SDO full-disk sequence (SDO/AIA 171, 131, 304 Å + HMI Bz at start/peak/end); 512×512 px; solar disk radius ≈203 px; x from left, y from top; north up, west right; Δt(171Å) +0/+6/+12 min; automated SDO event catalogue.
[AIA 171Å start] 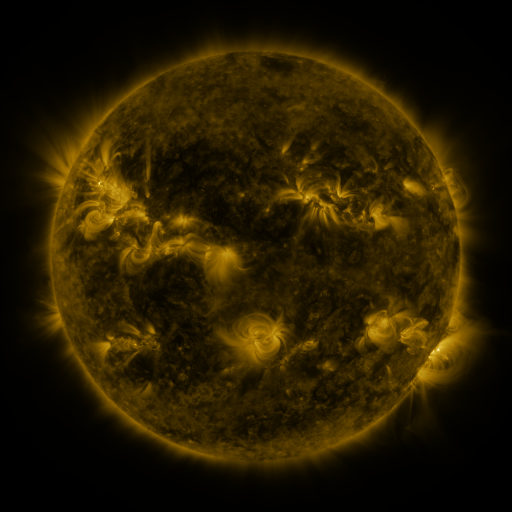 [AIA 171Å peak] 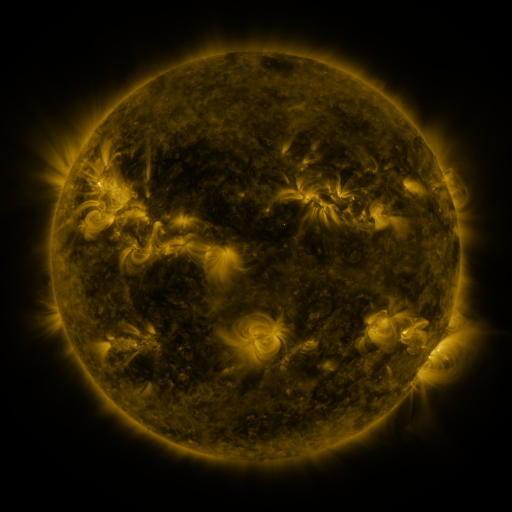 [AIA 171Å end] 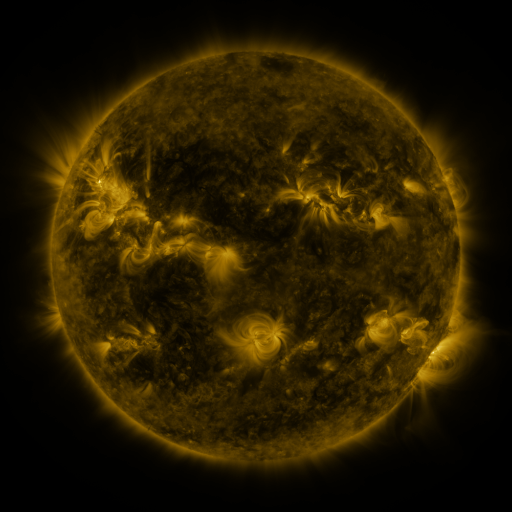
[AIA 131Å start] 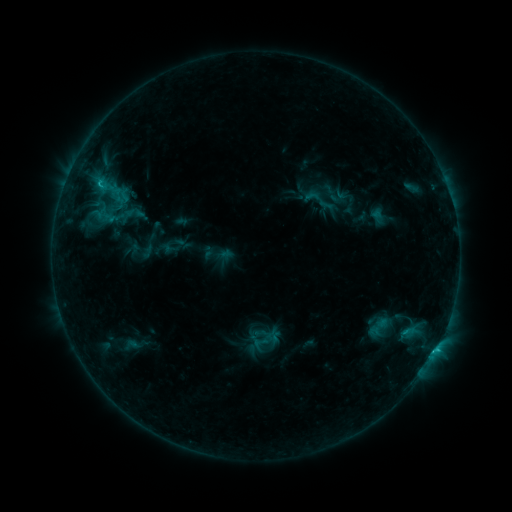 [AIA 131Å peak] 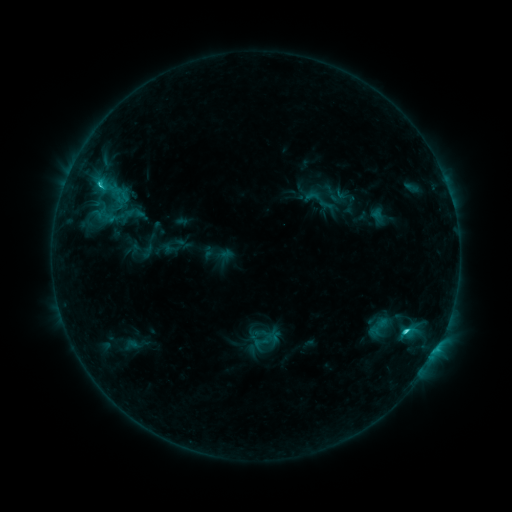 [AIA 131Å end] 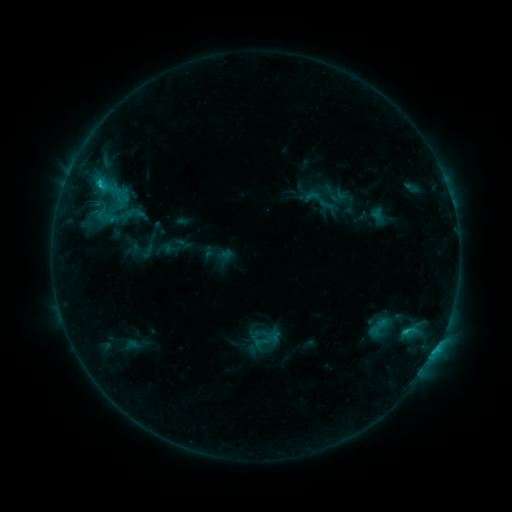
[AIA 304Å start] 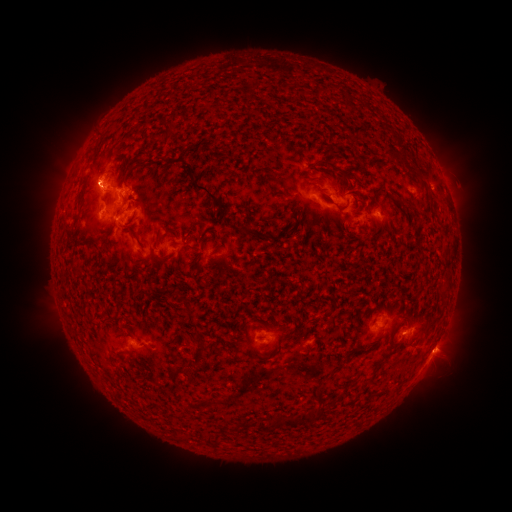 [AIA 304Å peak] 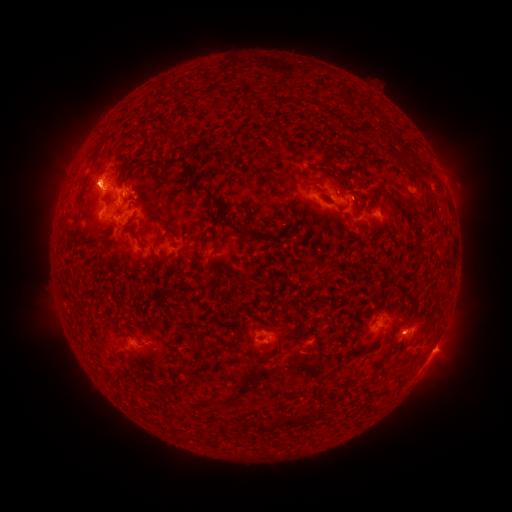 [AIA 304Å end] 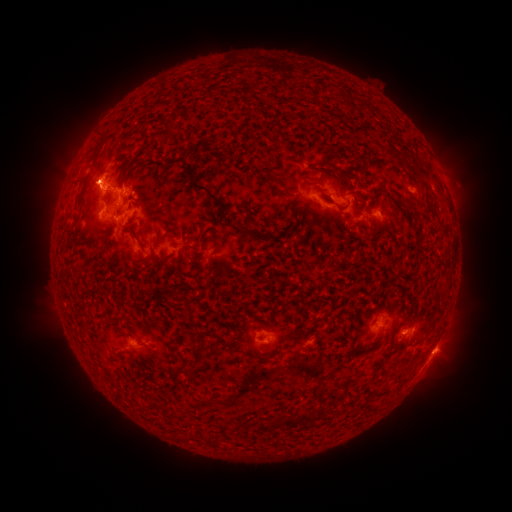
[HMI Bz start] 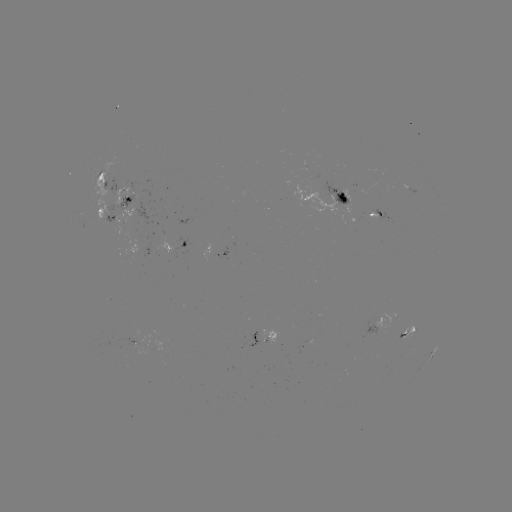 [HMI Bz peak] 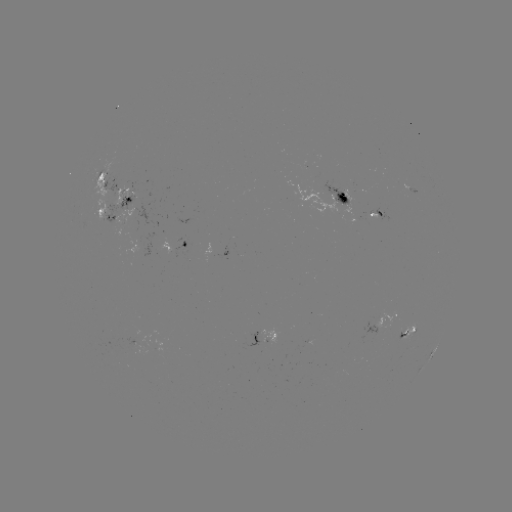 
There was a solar flare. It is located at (405, 330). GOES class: C2.3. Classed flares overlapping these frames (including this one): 1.